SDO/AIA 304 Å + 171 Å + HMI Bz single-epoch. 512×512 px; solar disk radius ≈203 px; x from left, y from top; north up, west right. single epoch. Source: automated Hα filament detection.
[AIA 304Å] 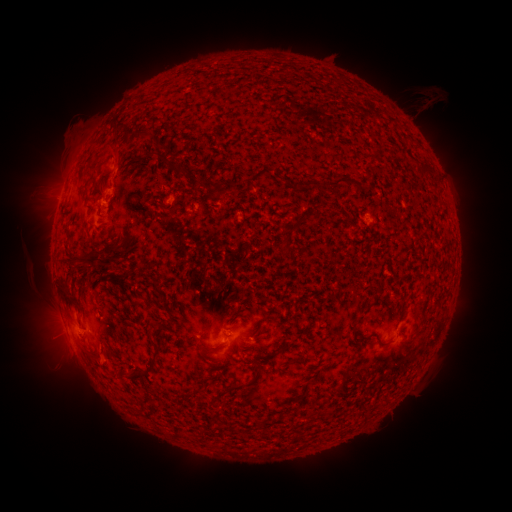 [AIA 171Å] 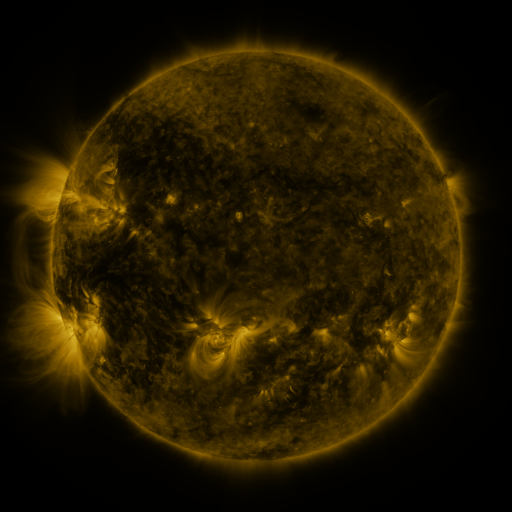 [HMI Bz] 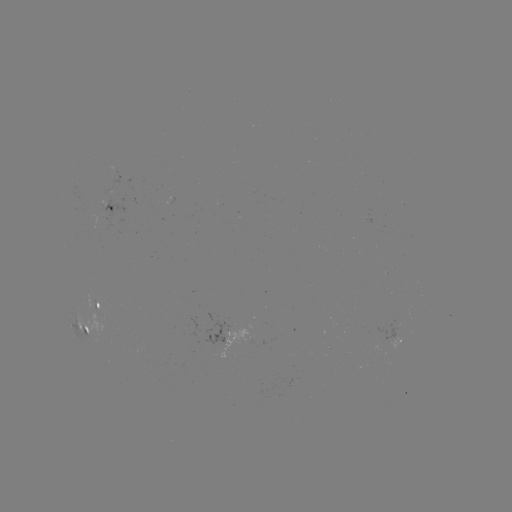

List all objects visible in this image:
filament: (182, 169)
filament: (350, 181)
filament: (216, 184)
filament: (290, 252)
filament: (83, 257)
filament: (363, 316)
filament: (257, 374)
filament: (136, 375)
filament: (221, 393)
